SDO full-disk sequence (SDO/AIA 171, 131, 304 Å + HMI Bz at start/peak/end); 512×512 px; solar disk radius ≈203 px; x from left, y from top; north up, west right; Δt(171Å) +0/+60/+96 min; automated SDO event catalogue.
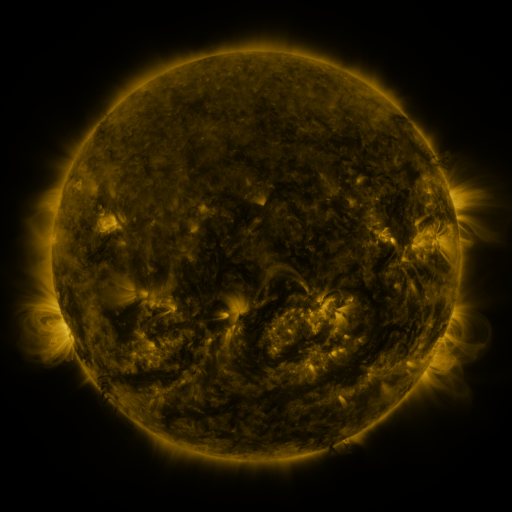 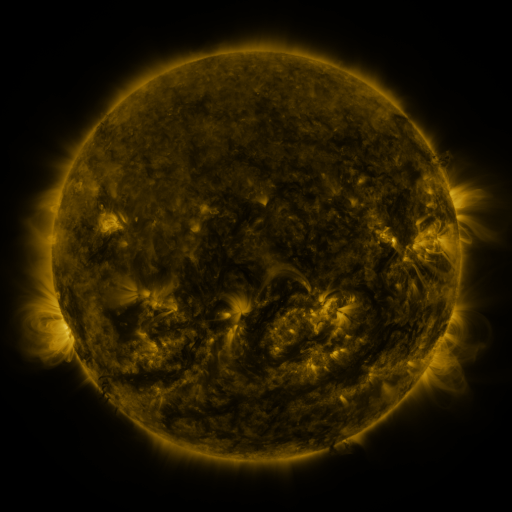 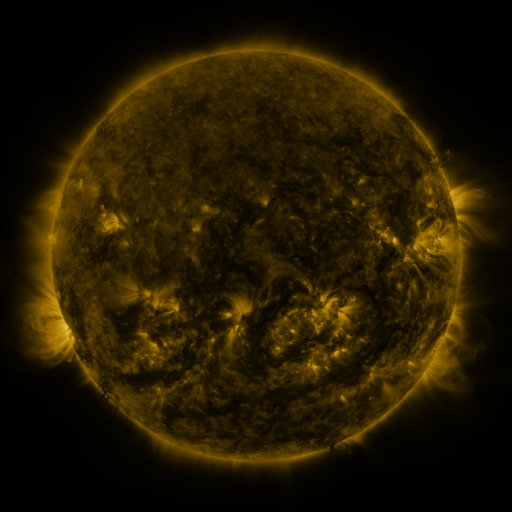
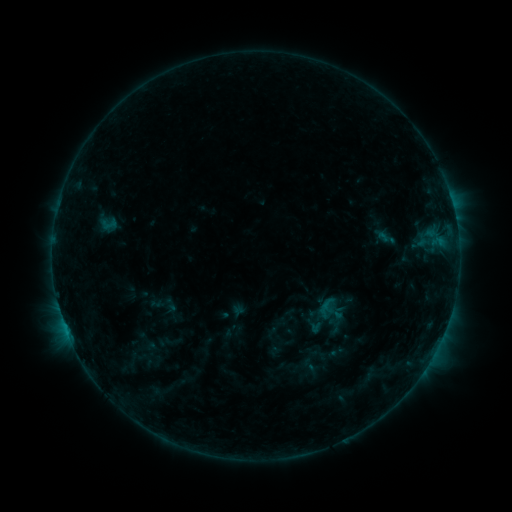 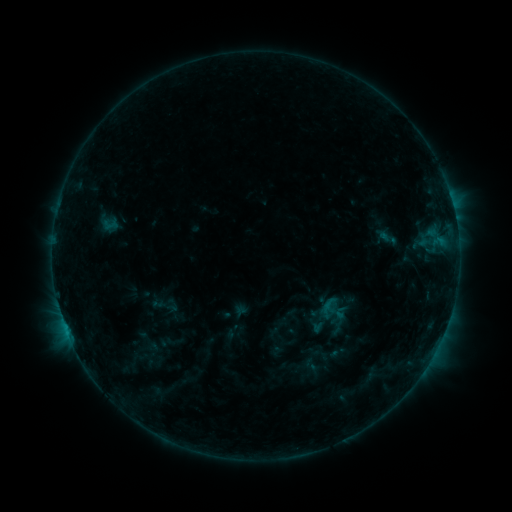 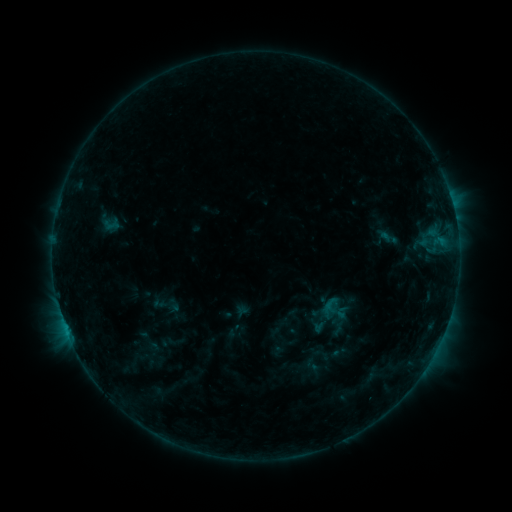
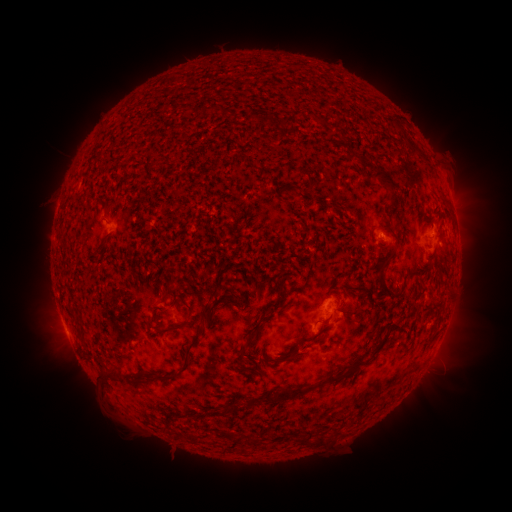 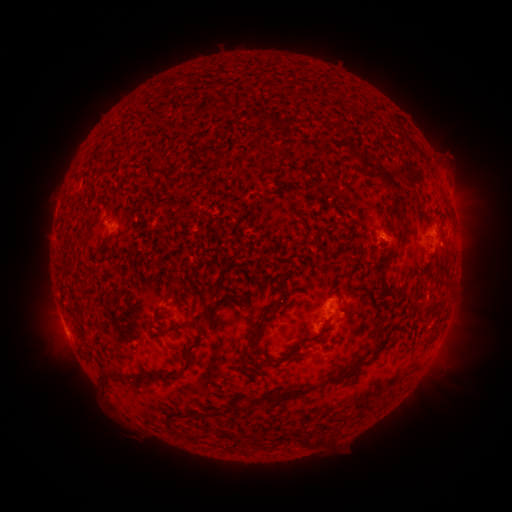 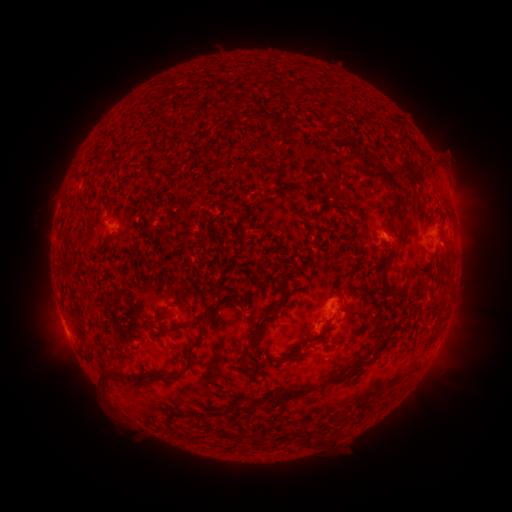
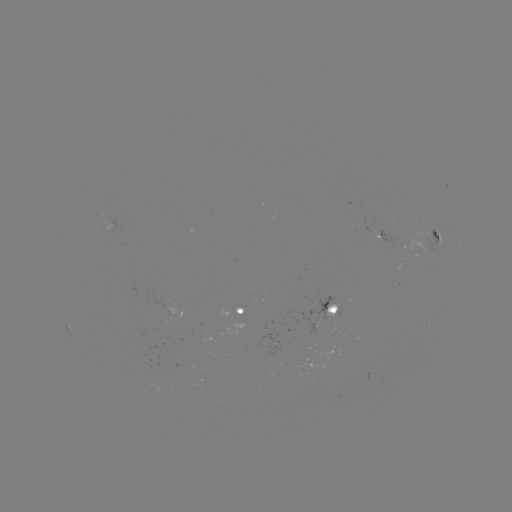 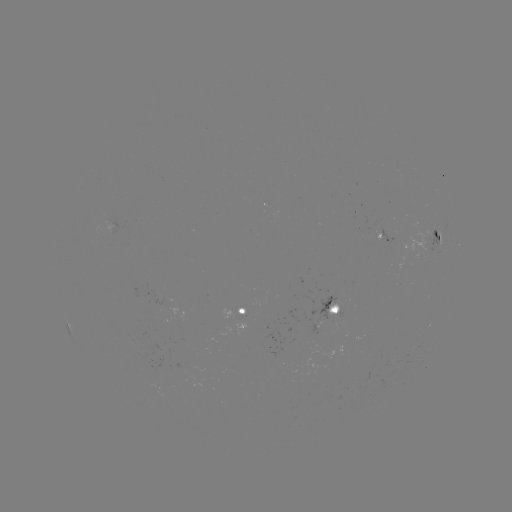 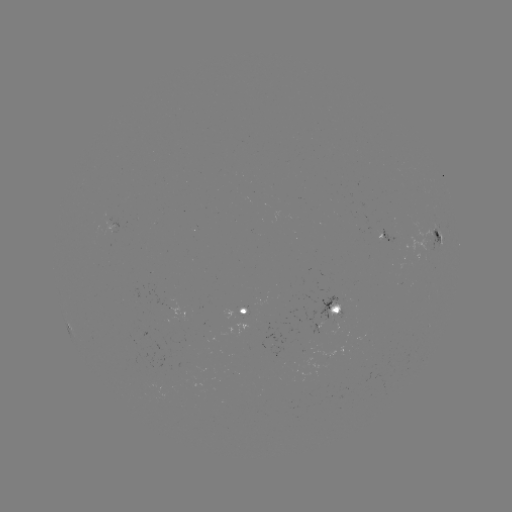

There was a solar emerging-flux region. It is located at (422, 239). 